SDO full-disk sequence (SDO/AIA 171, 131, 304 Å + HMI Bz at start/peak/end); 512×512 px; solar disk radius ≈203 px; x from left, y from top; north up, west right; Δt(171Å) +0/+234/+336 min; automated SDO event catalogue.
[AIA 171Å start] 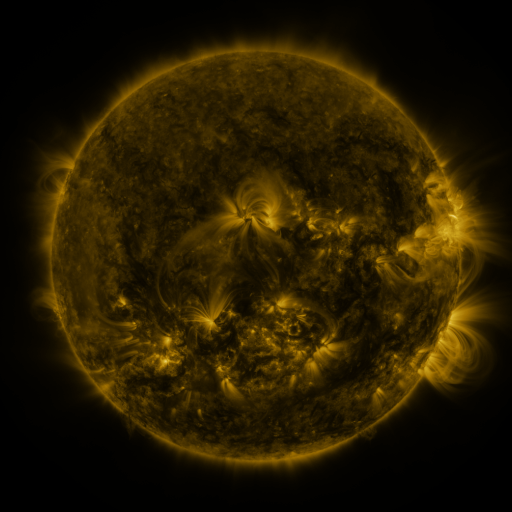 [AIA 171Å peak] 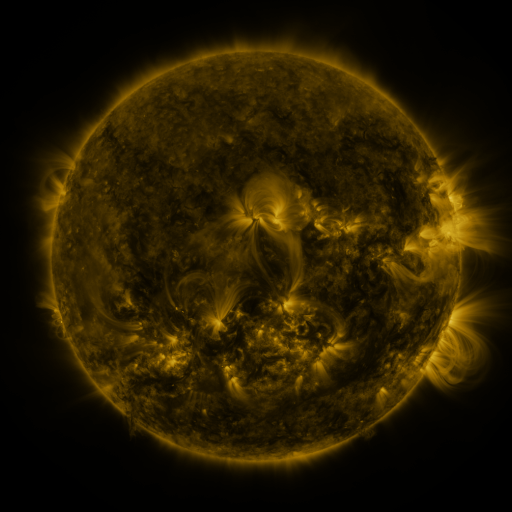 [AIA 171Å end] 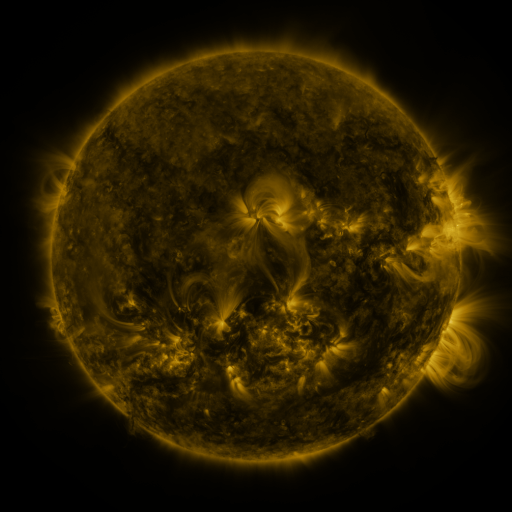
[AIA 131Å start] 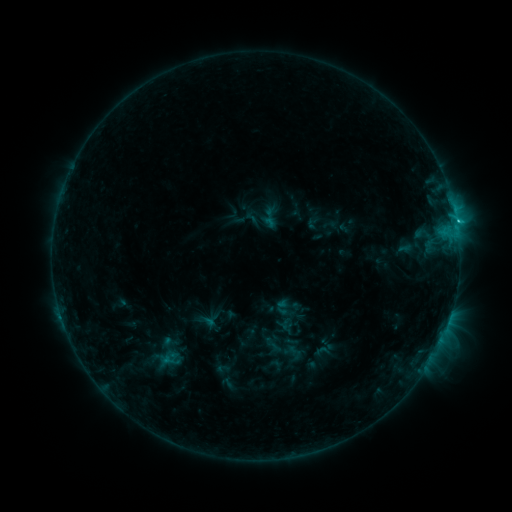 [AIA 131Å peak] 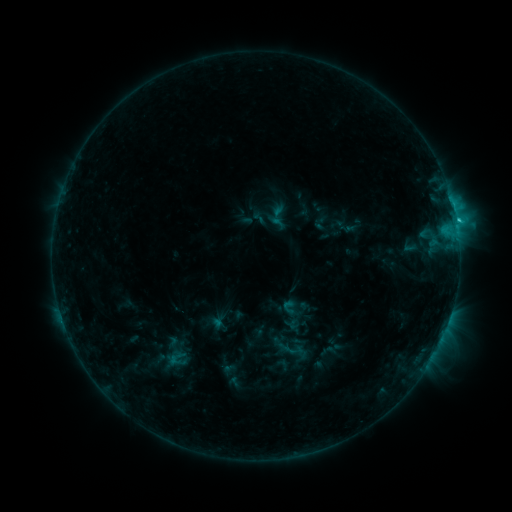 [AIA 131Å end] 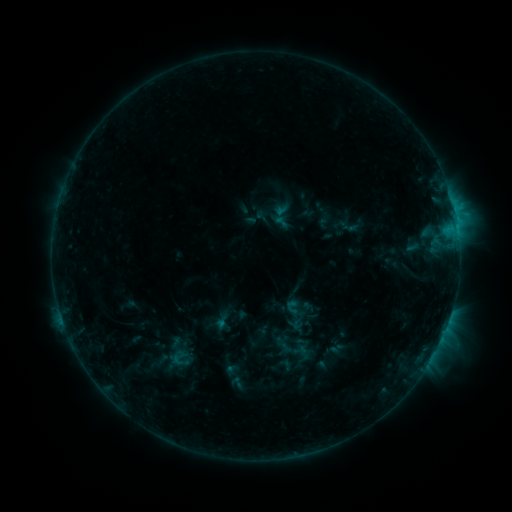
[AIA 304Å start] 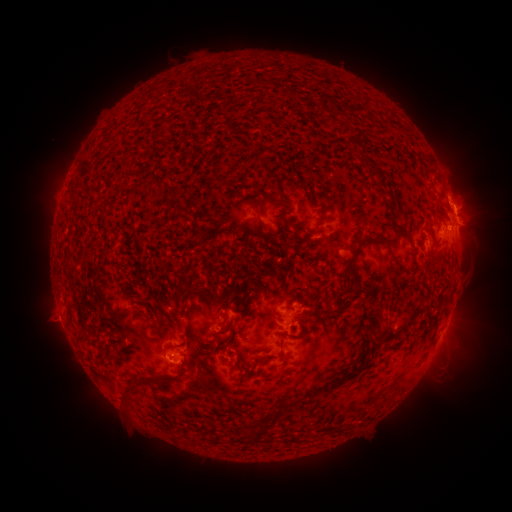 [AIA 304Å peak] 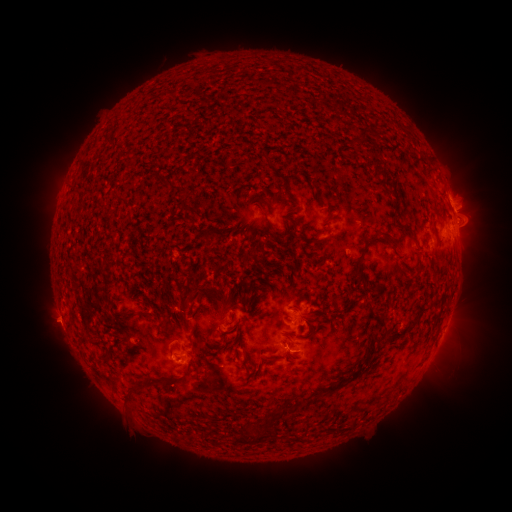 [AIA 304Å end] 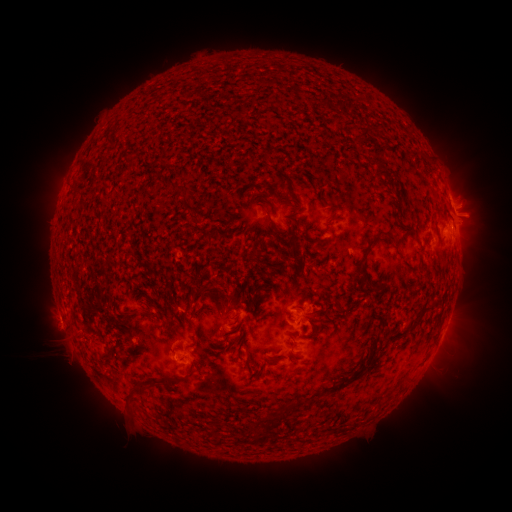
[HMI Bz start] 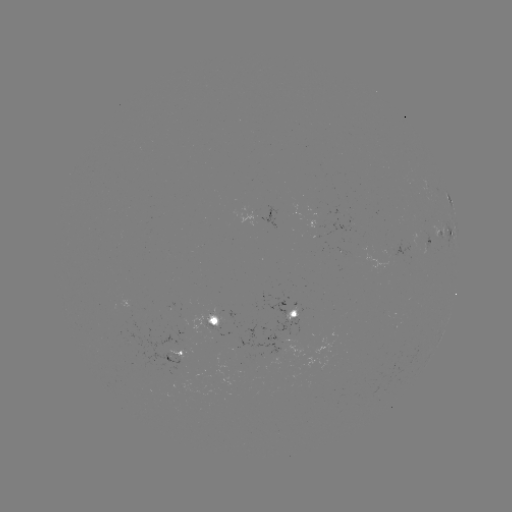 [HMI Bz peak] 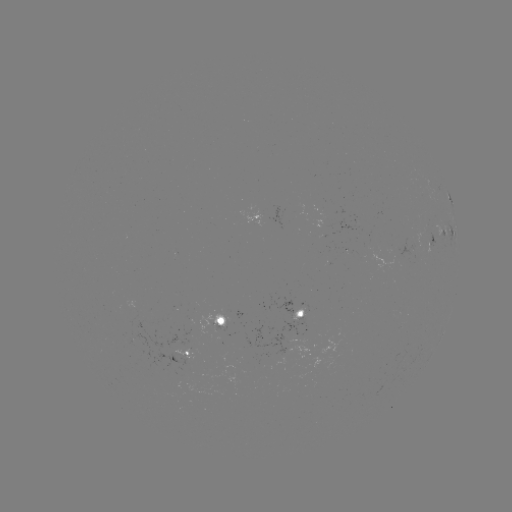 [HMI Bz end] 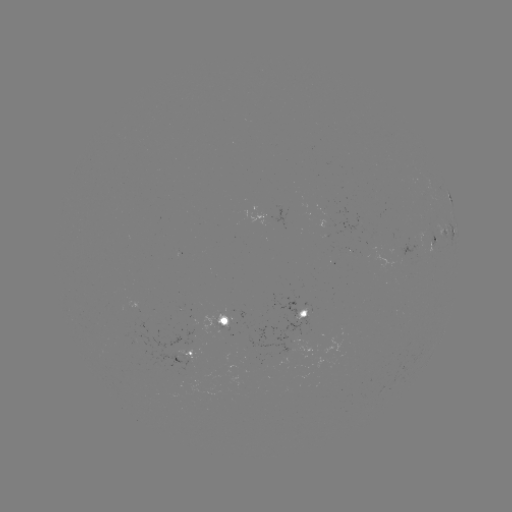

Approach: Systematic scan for C1.8 flare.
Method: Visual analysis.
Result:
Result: C1.8 flare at (456, 221).